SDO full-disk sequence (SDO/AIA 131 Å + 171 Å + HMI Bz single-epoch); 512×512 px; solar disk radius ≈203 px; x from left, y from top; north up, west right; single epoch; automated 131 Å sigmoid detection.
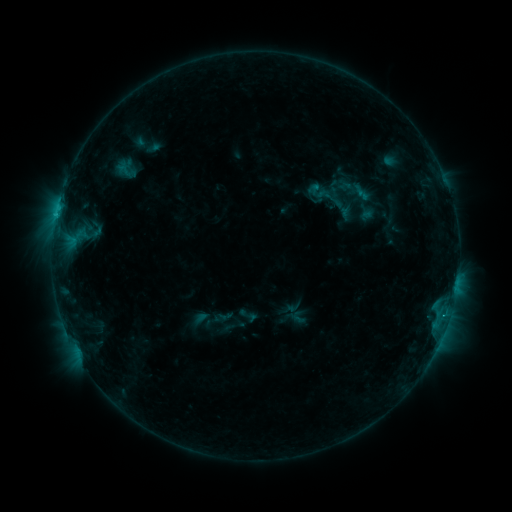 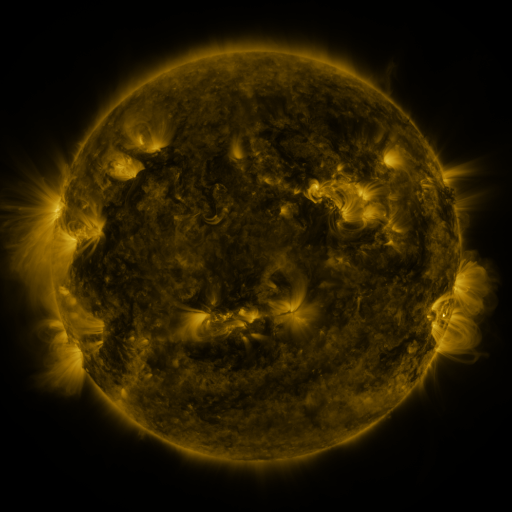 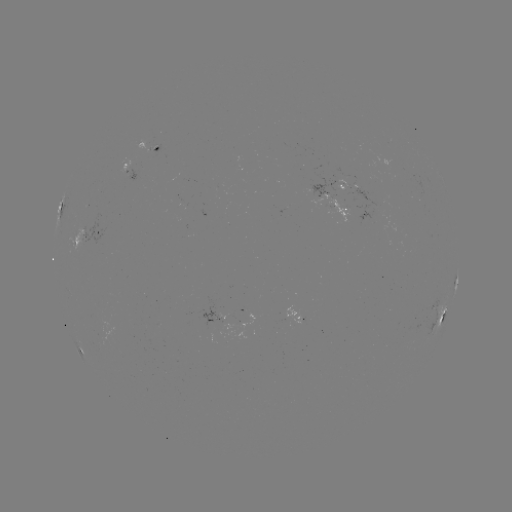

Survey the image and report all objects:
sigmoid: (312, 182, 348, 214)
